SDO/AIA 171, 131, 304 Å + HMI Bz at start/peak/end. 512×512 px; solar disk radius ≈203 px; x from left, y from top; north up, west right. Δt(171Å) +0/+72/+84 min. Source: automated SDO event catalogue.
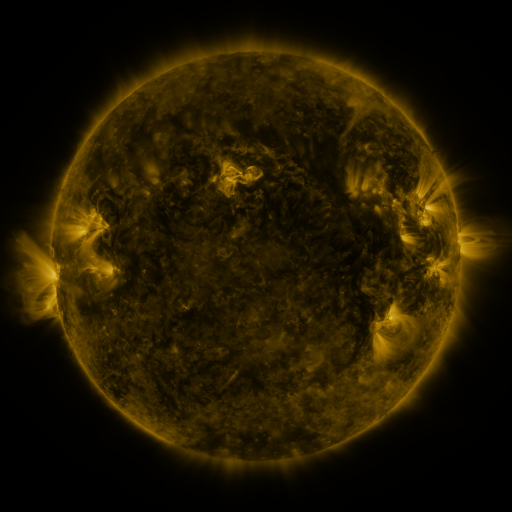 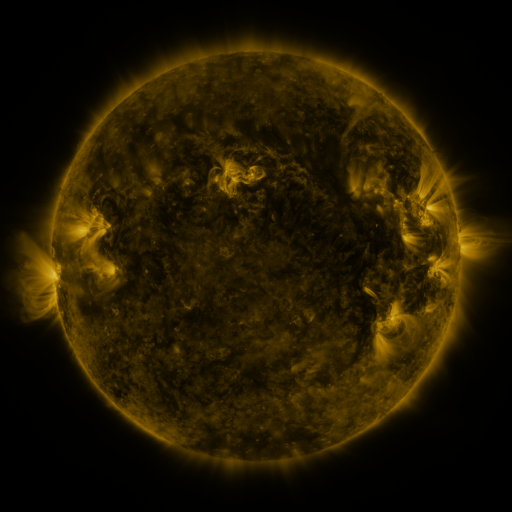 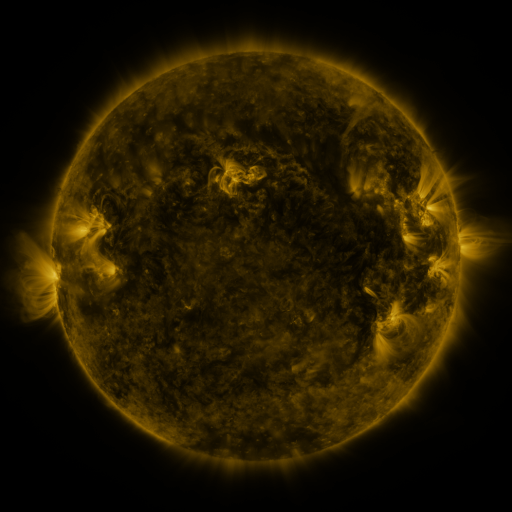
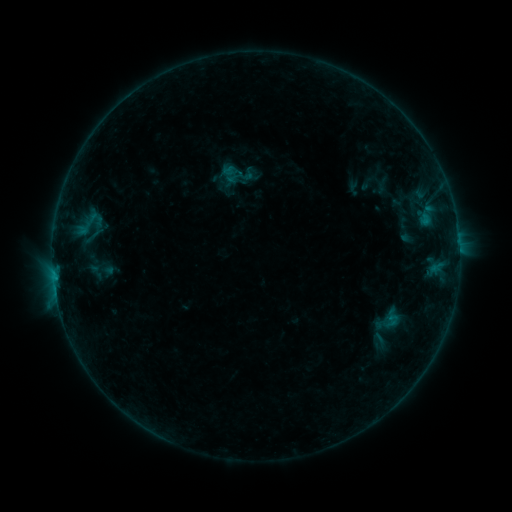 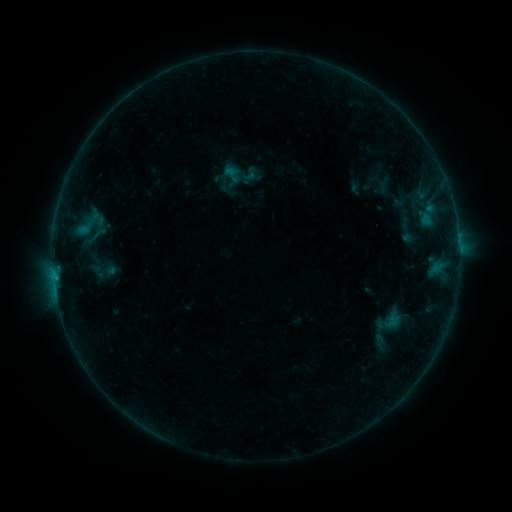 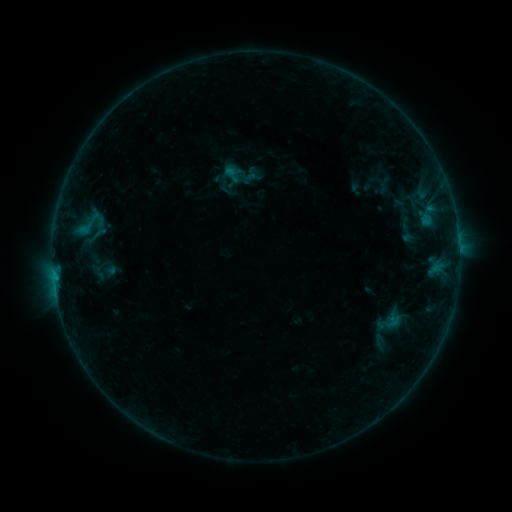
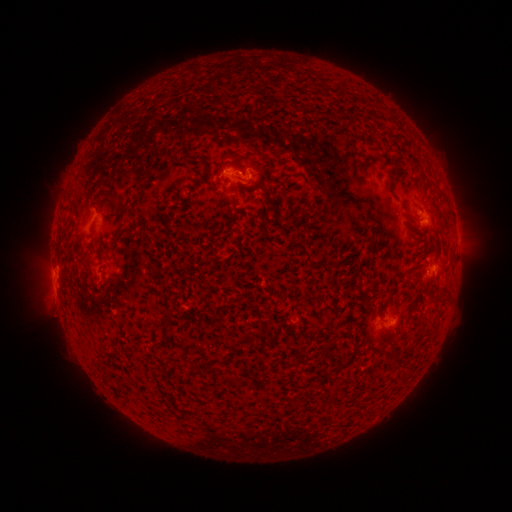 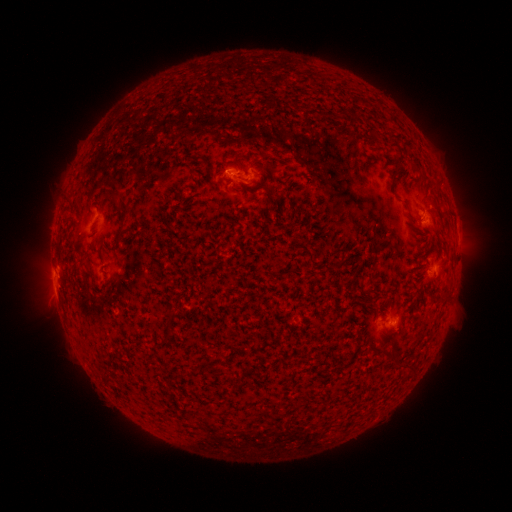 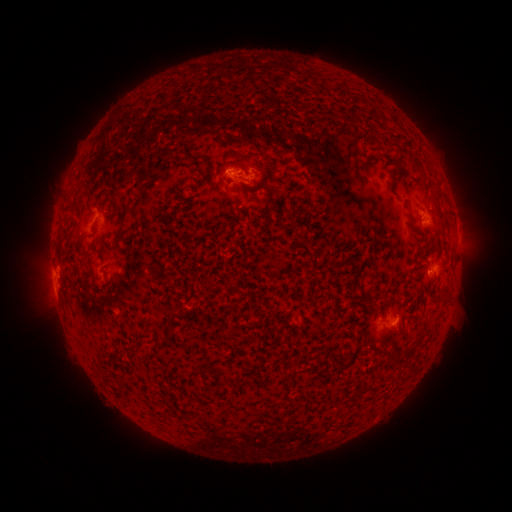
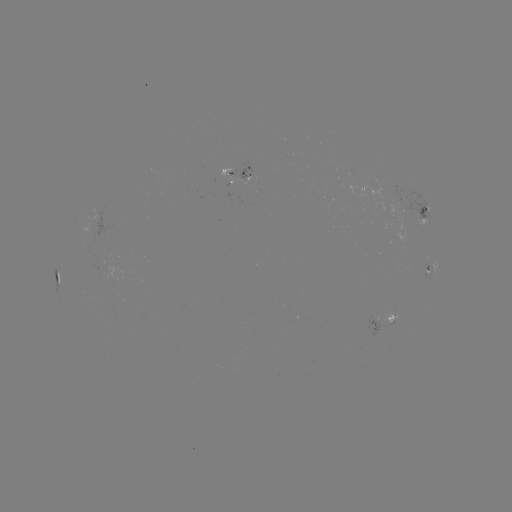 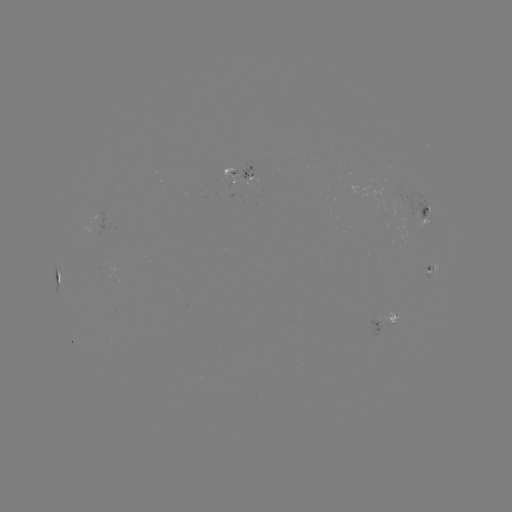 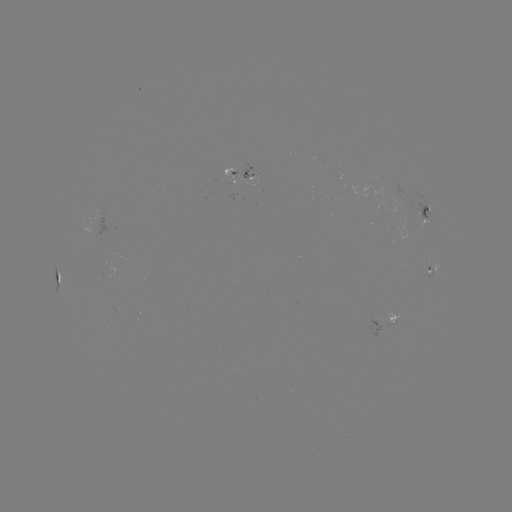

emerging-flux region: <bbox>385, 309, 401, 324</bbox>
